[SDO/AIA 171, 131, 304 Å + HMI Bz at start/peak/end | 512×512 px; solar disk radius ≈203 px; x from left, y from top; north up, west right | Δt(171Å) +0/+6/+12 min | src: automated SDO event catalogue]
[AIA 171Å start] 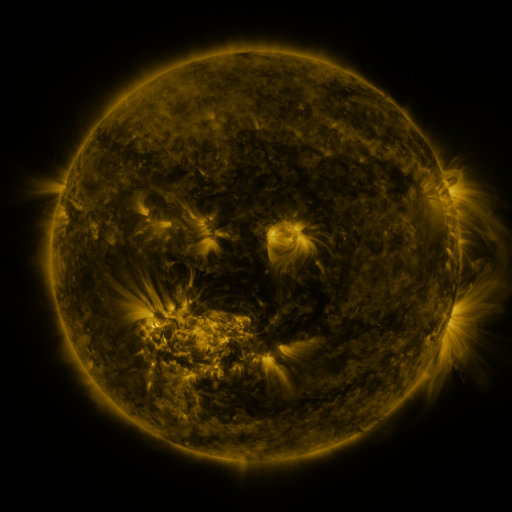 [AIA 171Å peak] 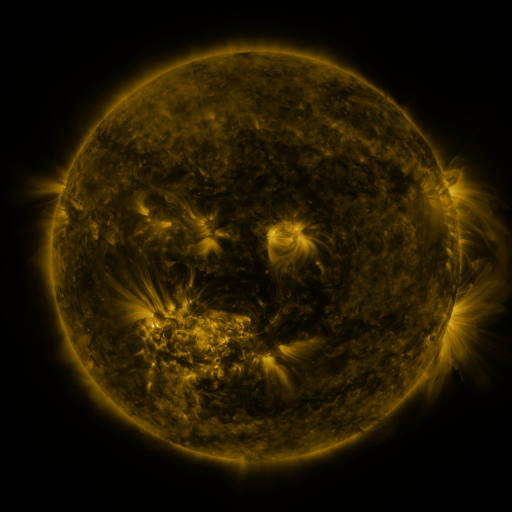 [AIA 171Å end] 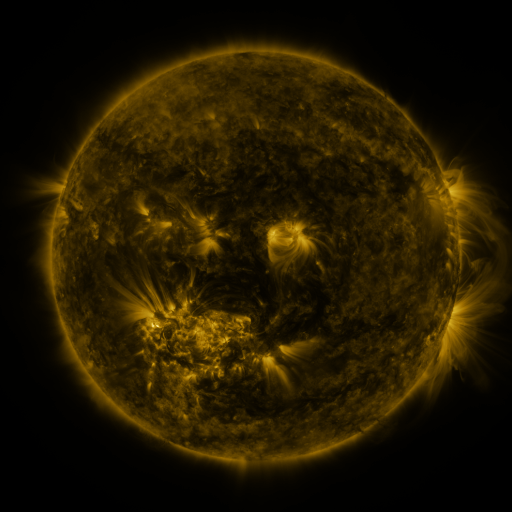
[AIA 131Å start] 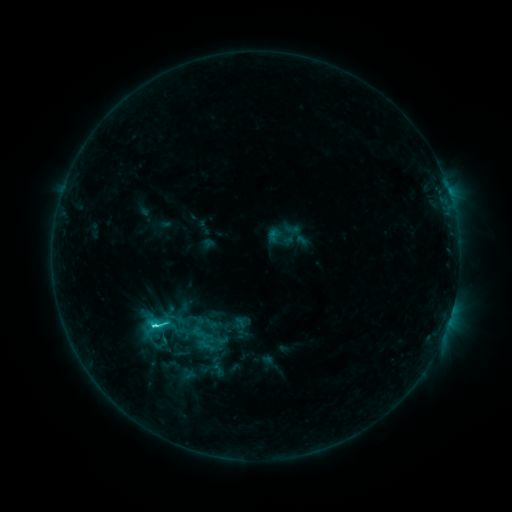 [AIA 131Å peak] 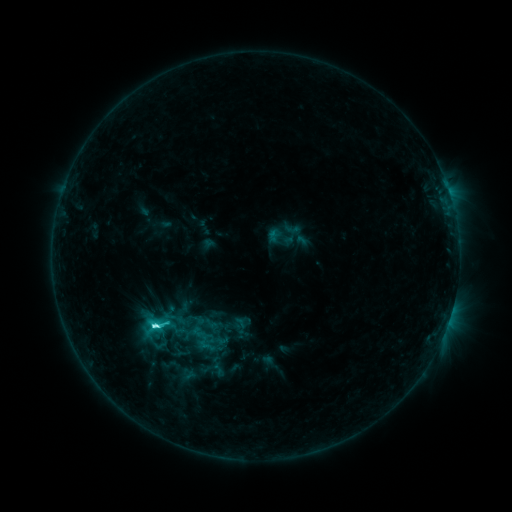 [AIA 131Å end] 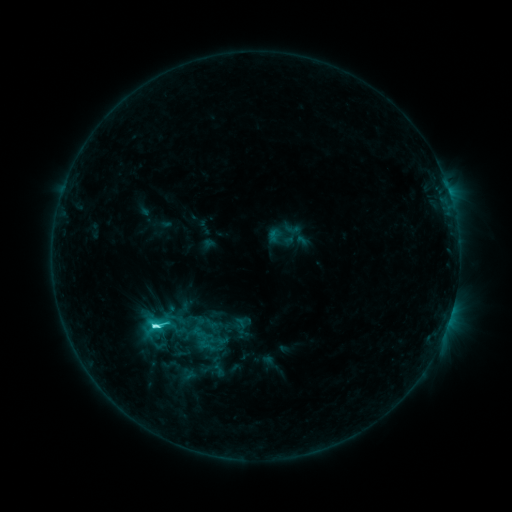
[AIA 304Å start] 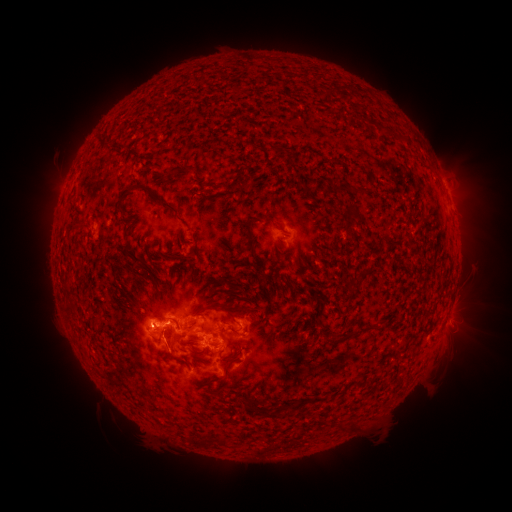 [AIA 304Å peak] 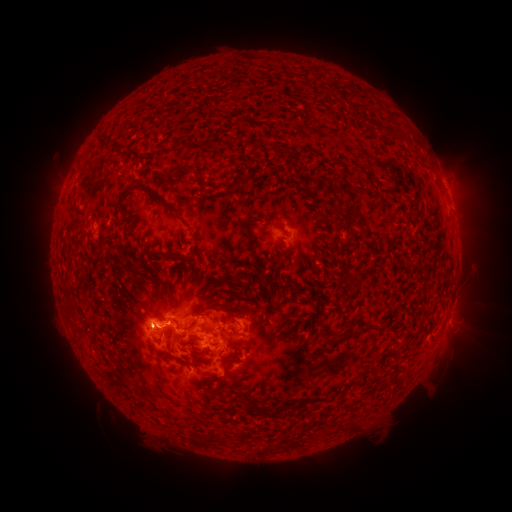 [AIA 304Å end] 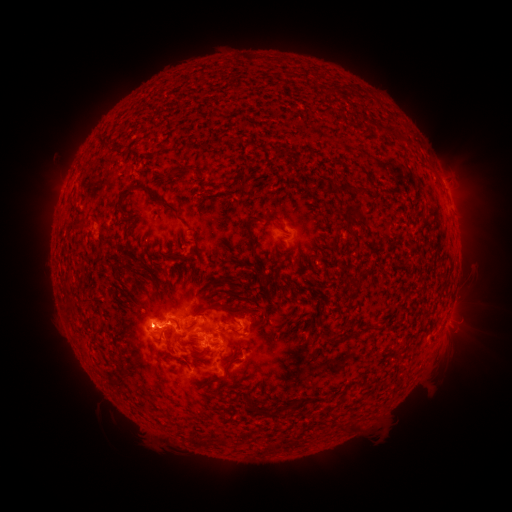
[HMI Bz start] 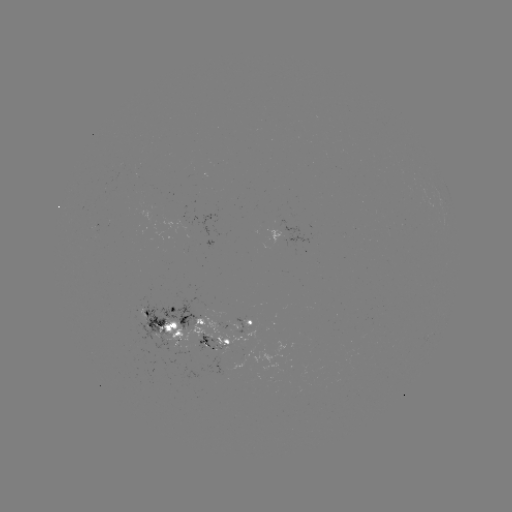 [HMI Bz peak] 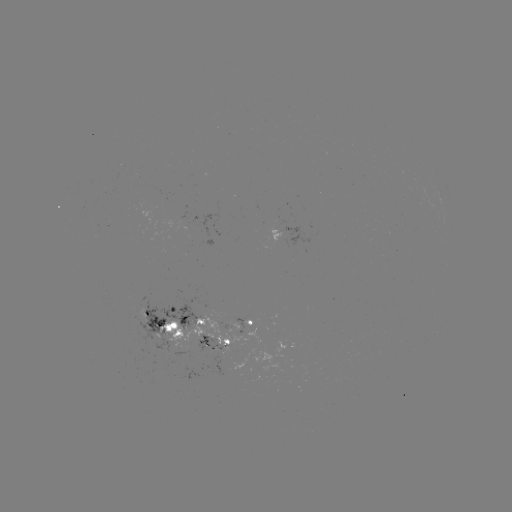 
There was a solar flare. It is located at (158, 327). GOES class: C4.6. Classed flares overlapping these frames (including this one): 1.